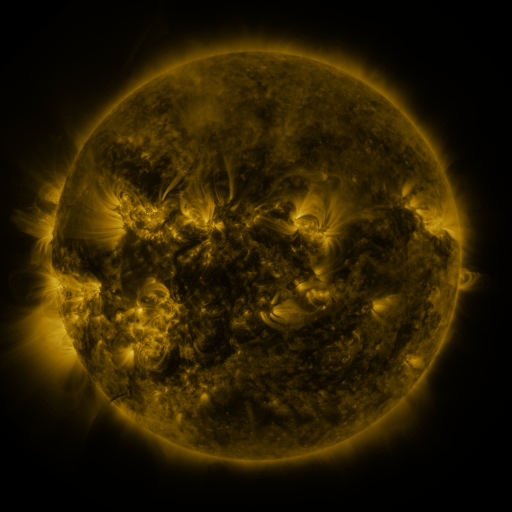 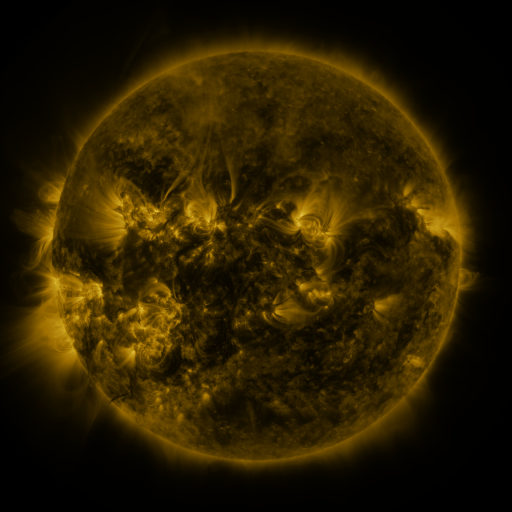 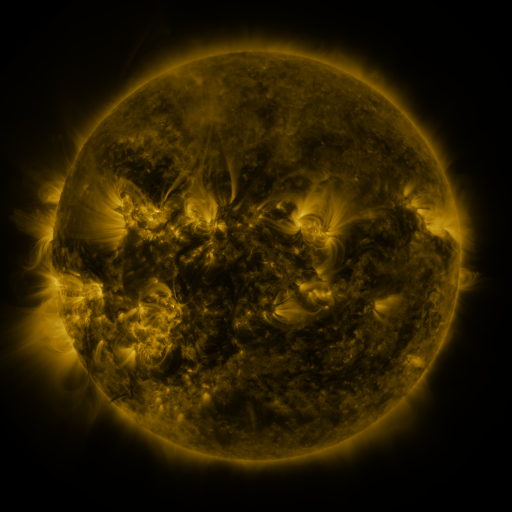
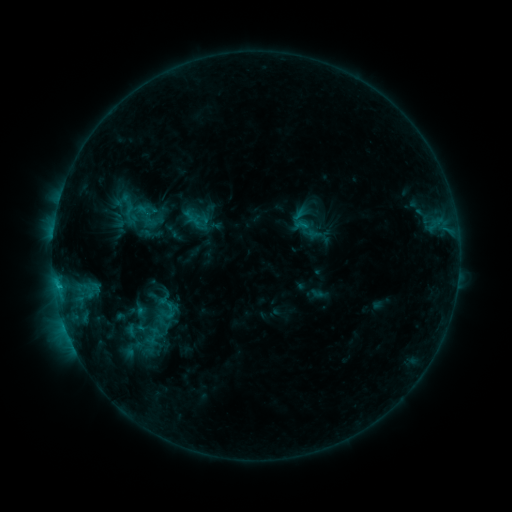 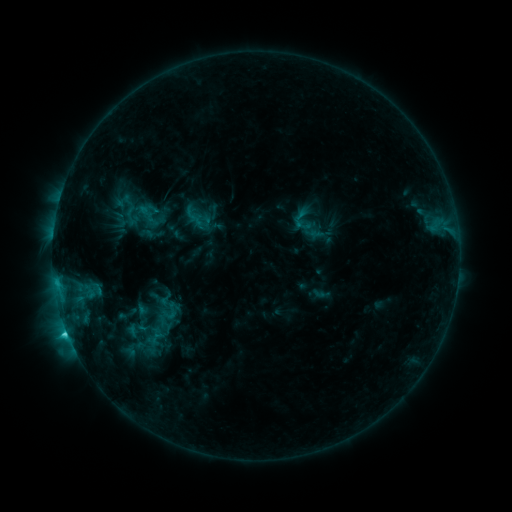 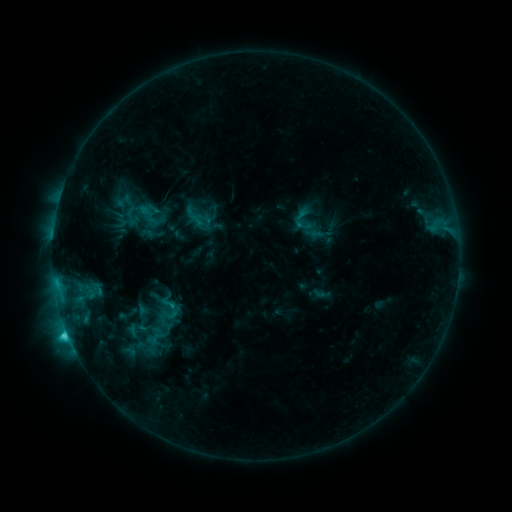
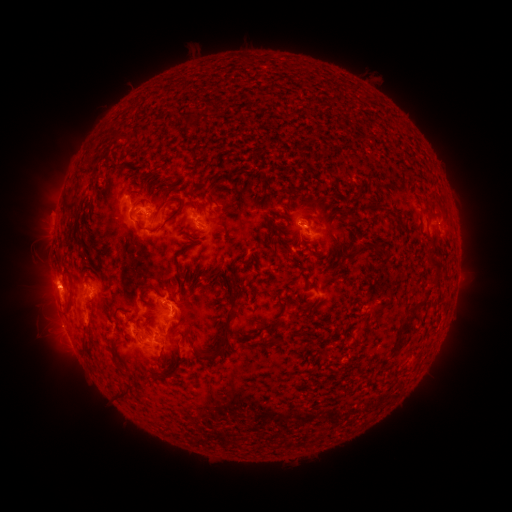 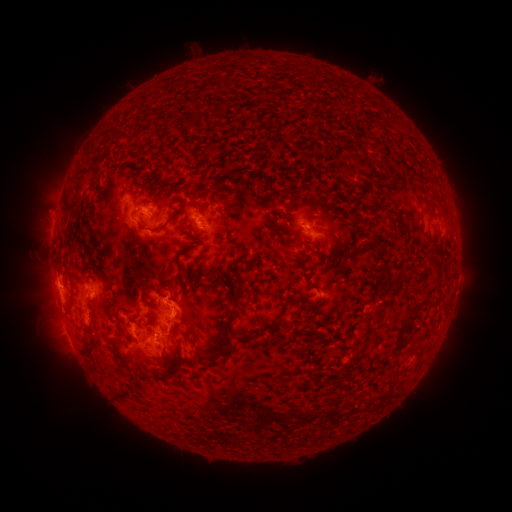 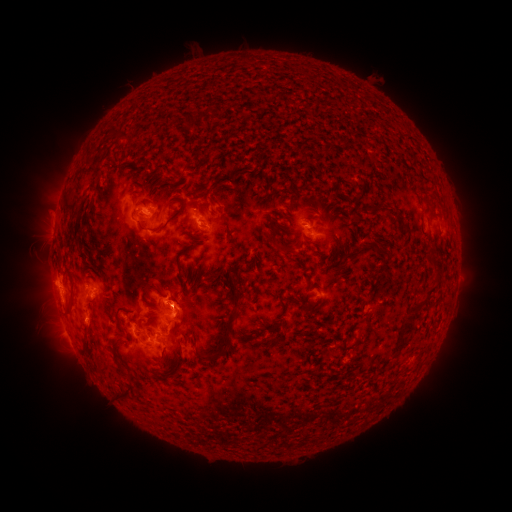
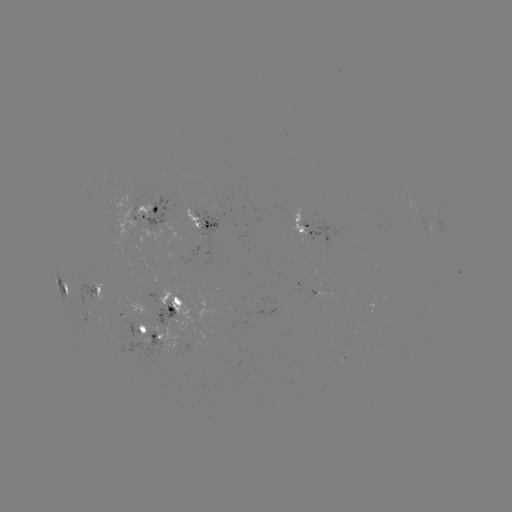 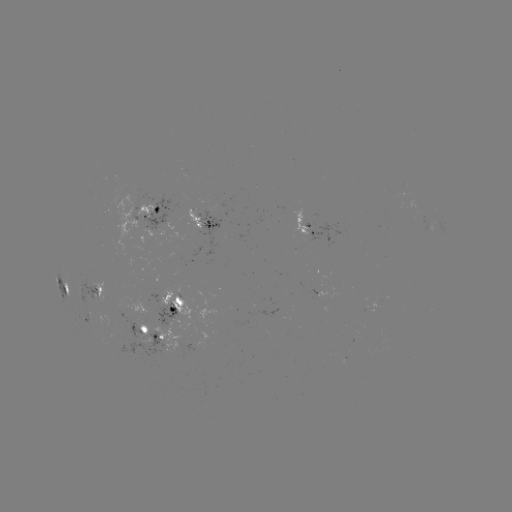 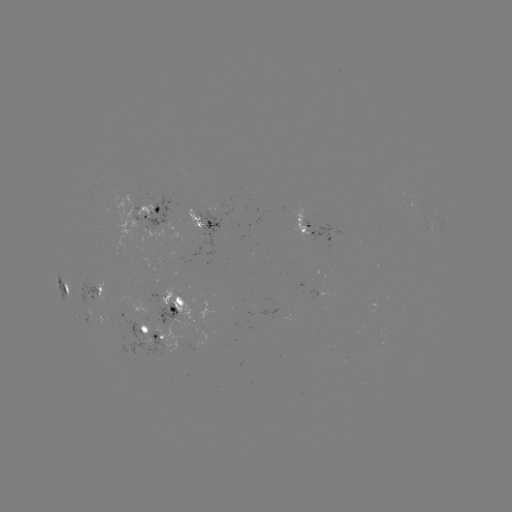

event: emerging-flux region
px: (304, 223)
